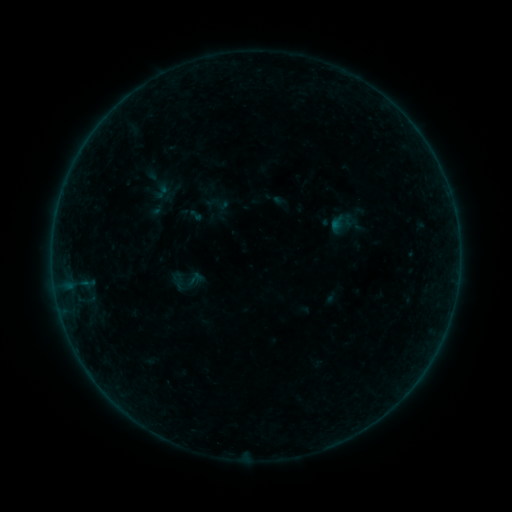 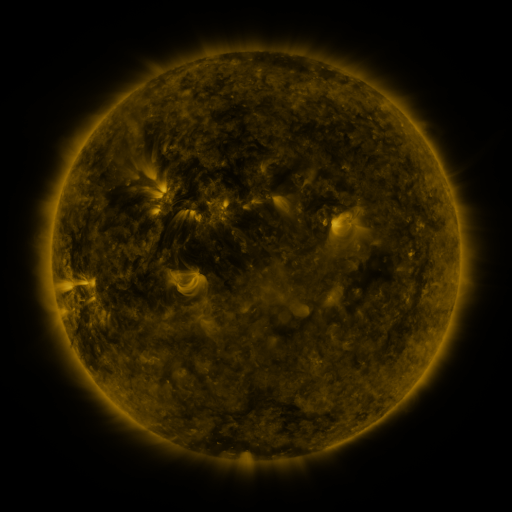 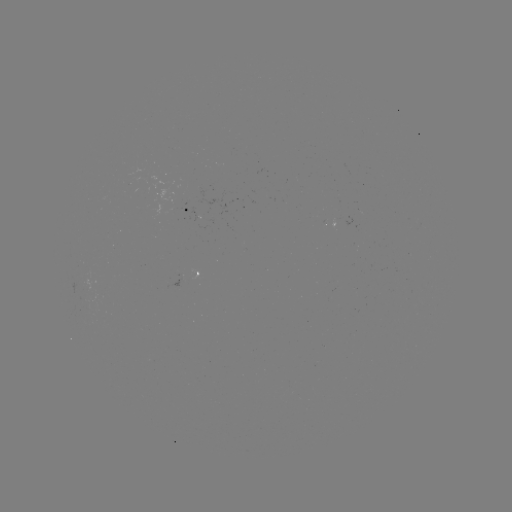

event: sigmoid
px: (185, 281)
